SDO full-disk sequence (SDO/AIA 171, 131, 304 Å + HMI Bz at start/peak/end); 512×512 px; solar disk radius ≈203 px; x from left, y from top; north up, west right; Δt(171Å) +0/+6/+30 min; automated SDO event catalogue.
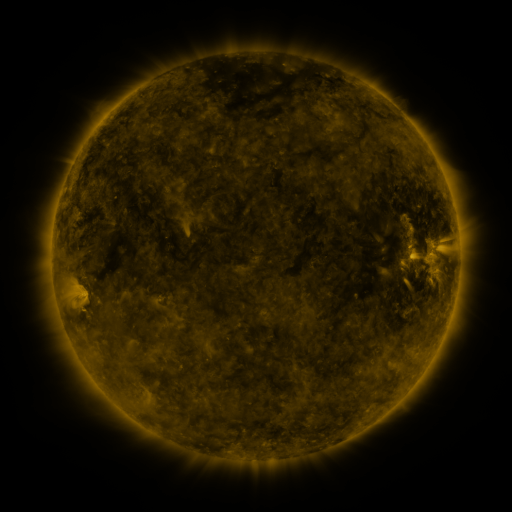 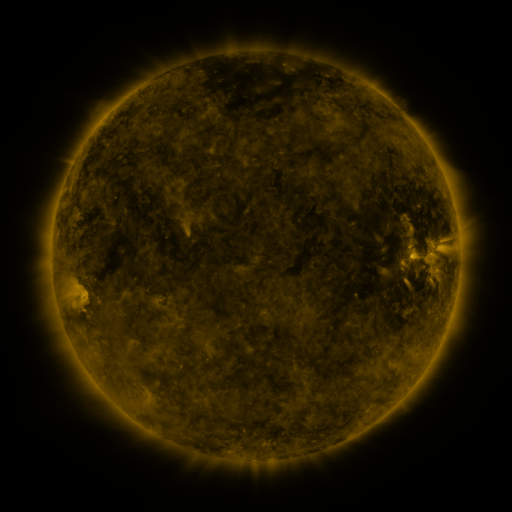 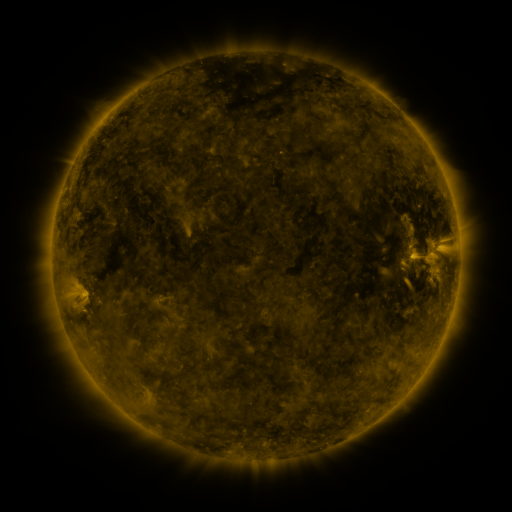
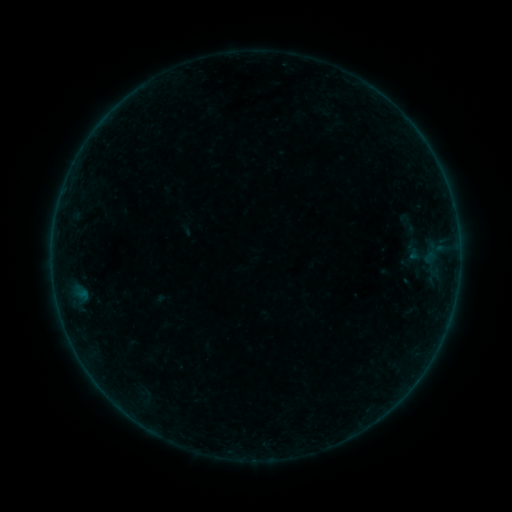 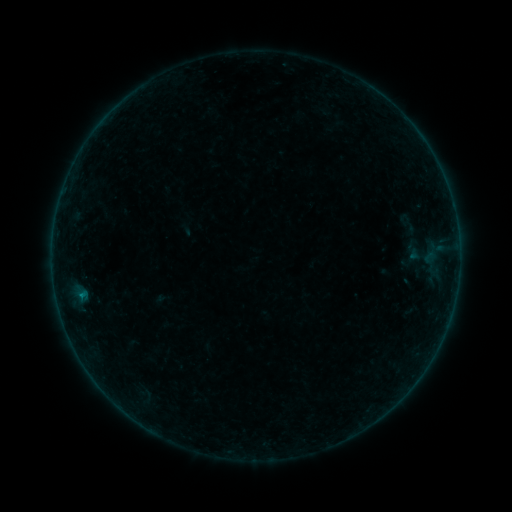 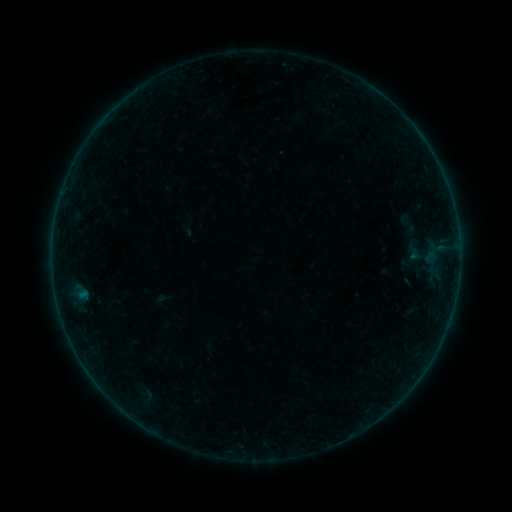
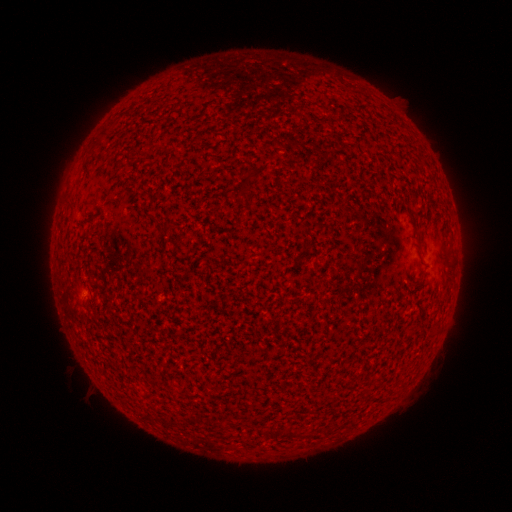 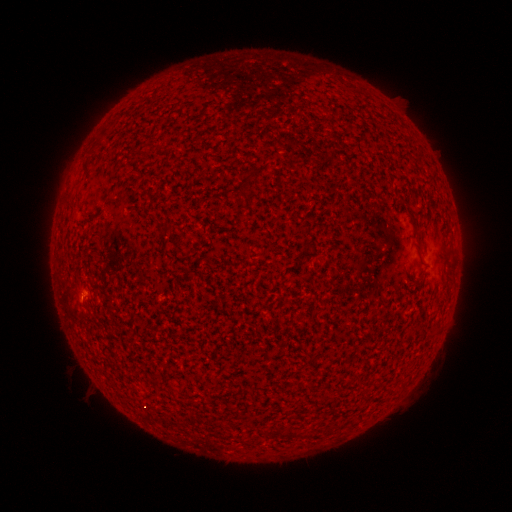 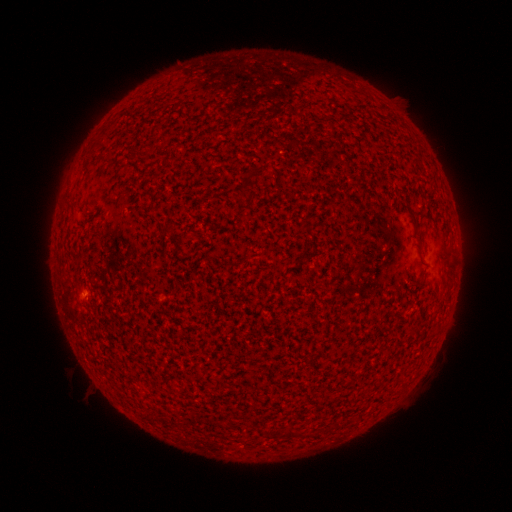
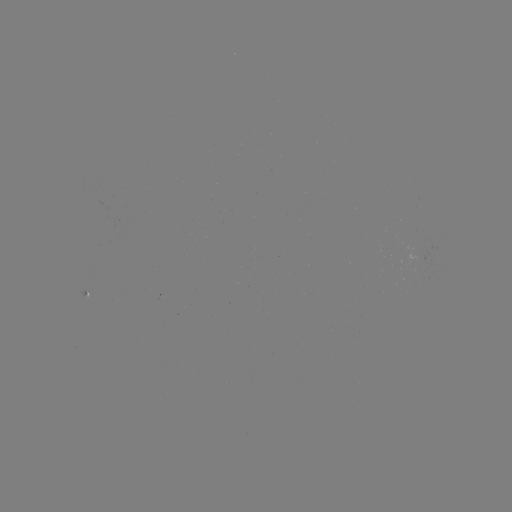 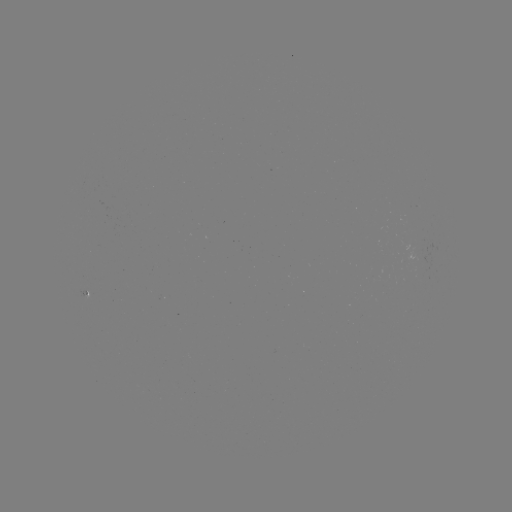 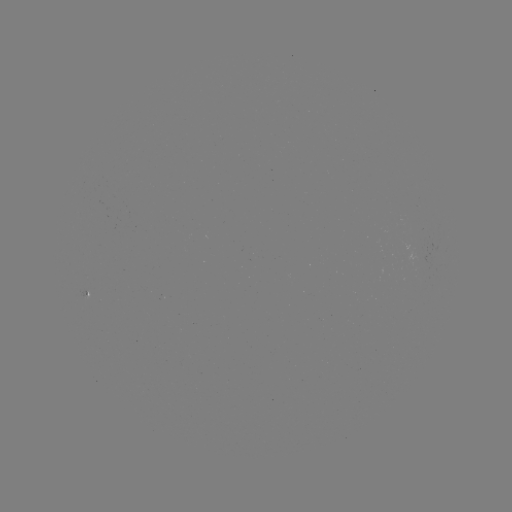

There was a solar flare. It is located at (81, 295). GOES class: A9.3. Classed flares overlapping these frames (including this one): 1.